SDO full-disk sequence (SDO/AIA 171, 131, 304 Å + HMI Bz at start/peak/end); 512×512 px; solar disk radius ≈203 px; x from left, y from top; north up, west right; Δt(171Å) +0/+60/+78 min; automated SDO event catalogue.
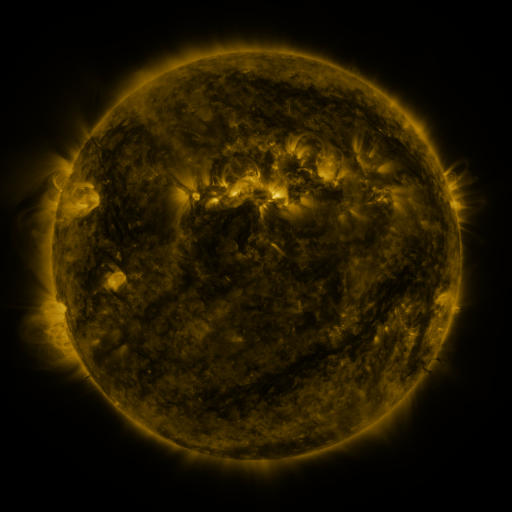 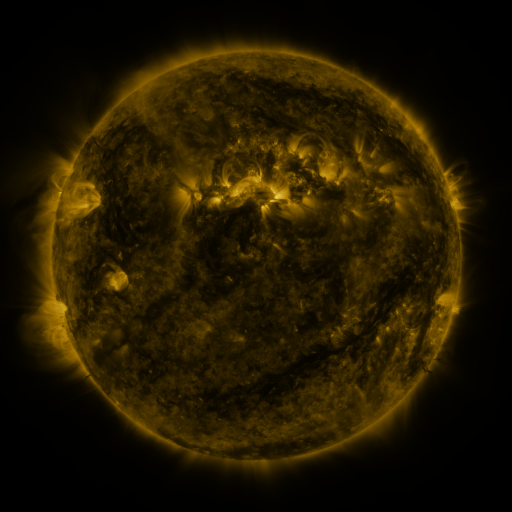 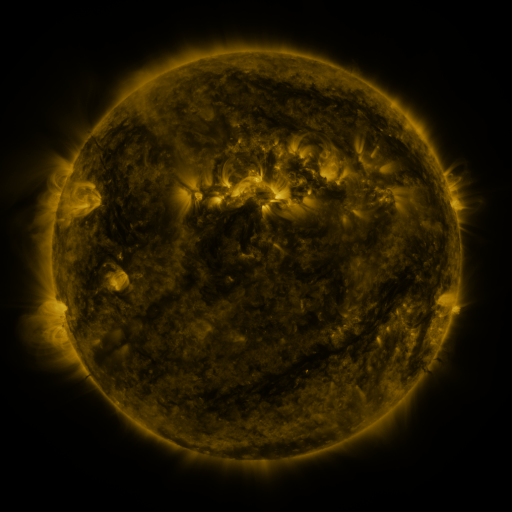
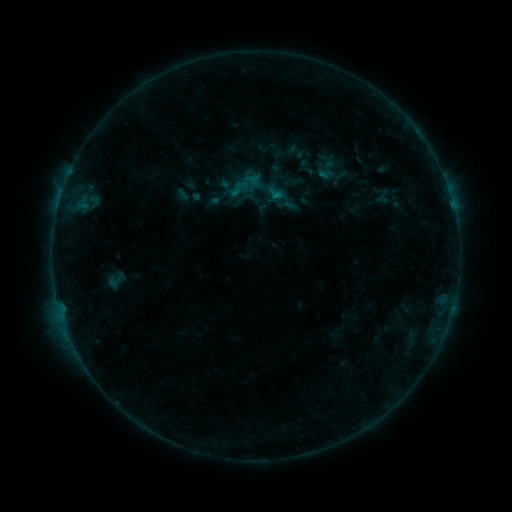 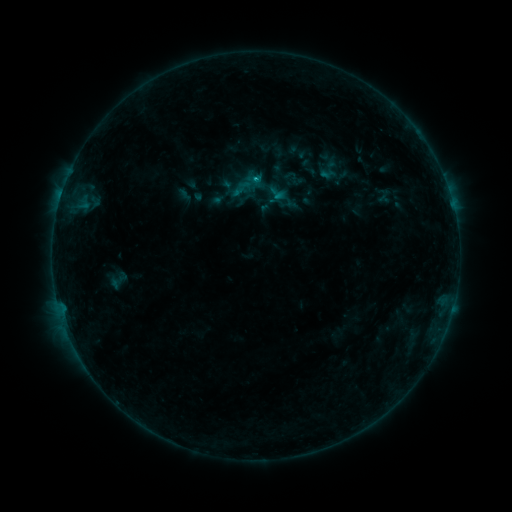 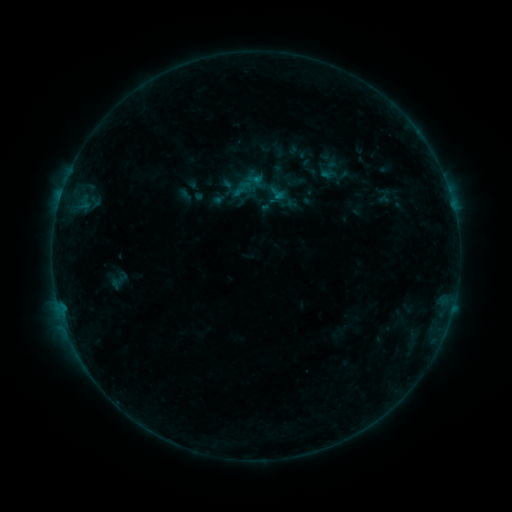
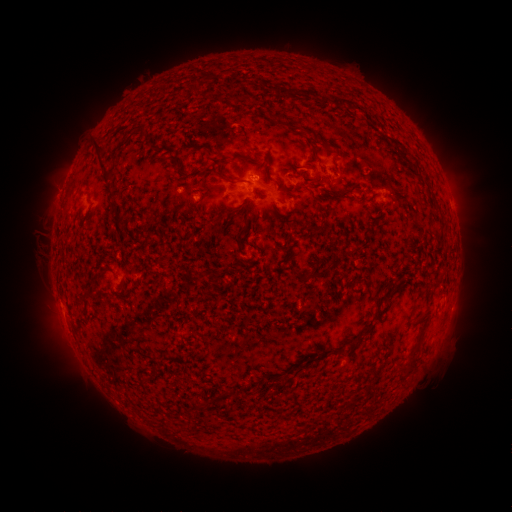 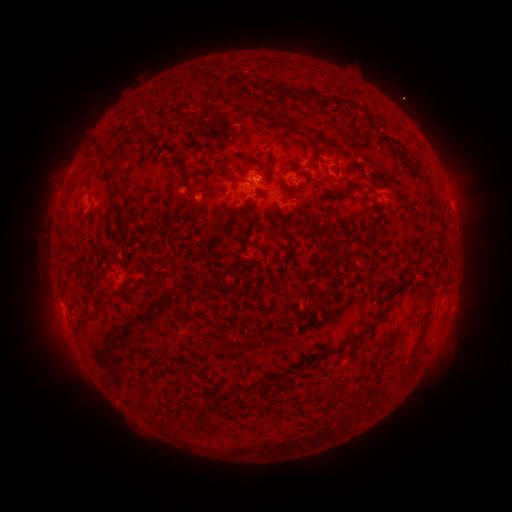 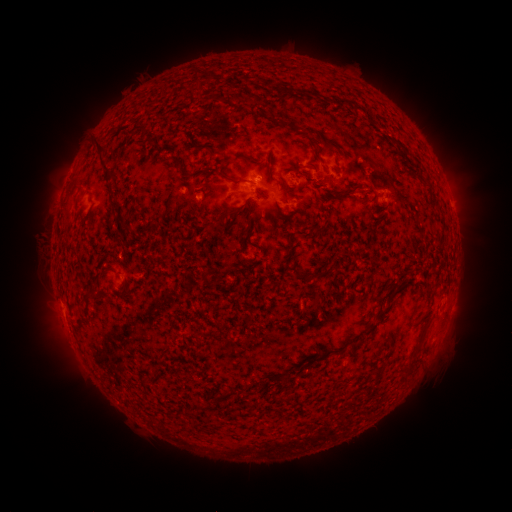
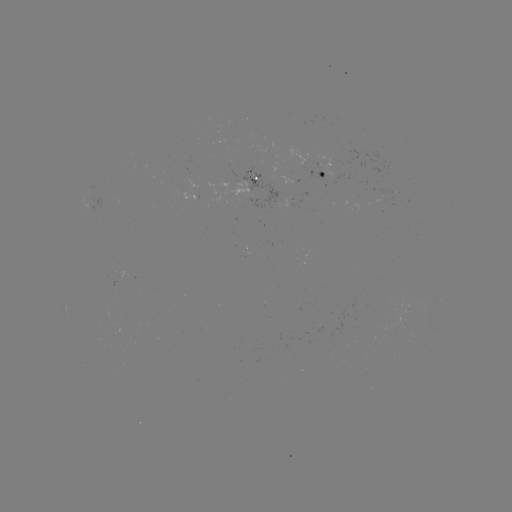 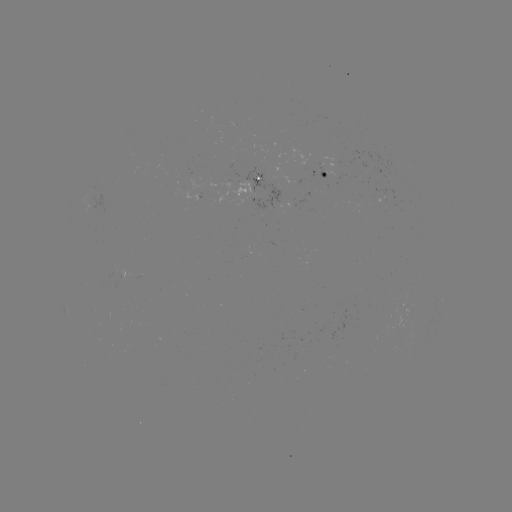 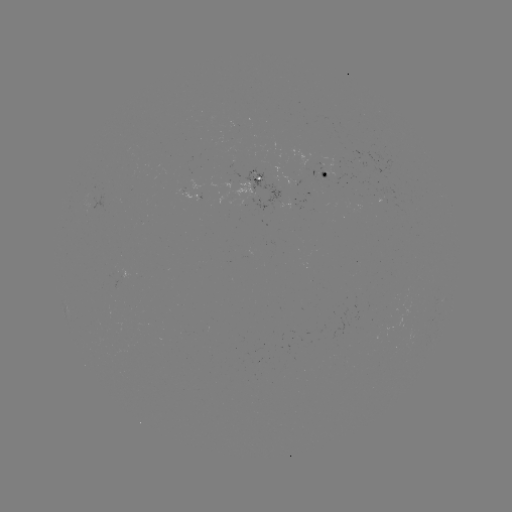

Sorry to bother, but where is B5.9 flare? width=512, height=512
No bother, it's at (256, 182).